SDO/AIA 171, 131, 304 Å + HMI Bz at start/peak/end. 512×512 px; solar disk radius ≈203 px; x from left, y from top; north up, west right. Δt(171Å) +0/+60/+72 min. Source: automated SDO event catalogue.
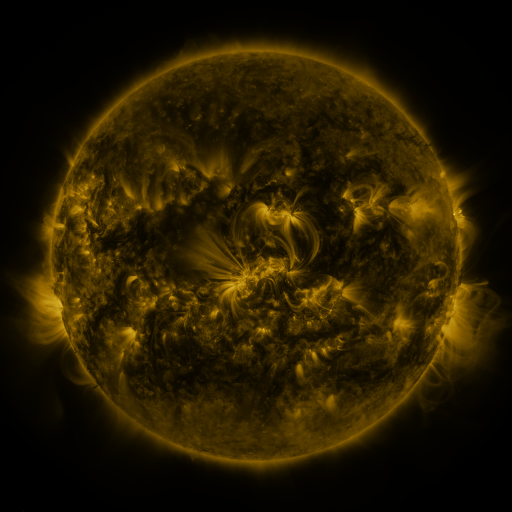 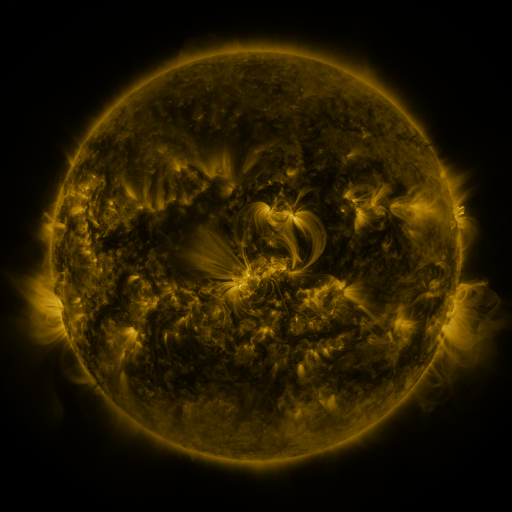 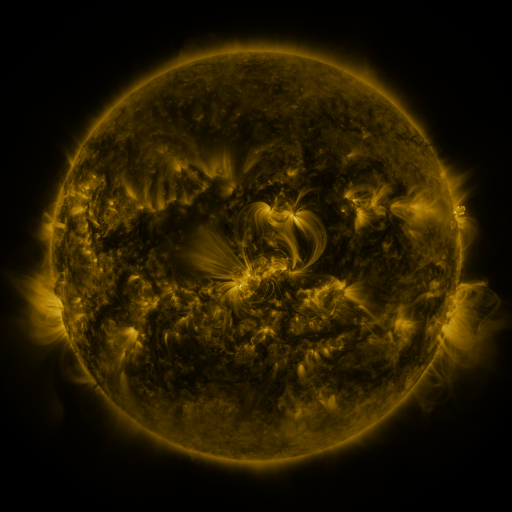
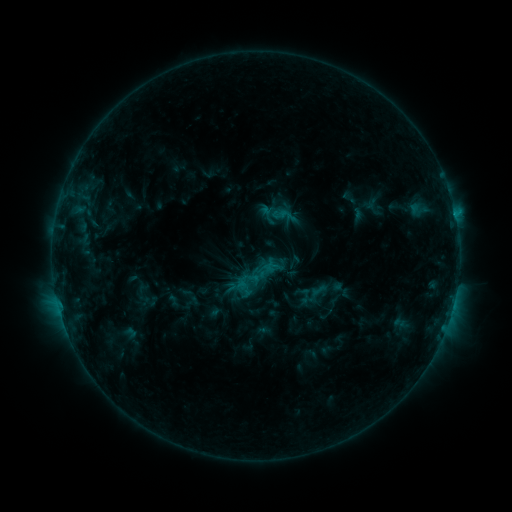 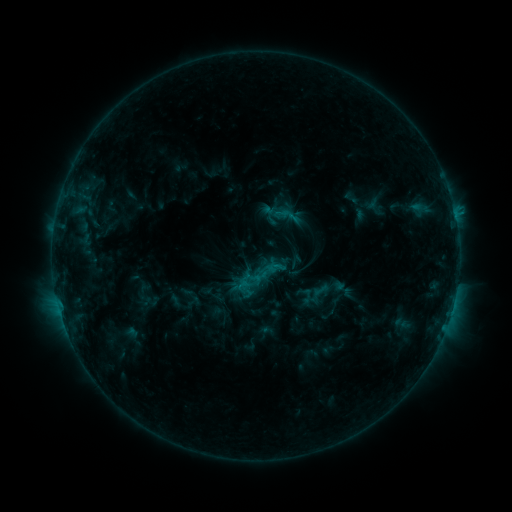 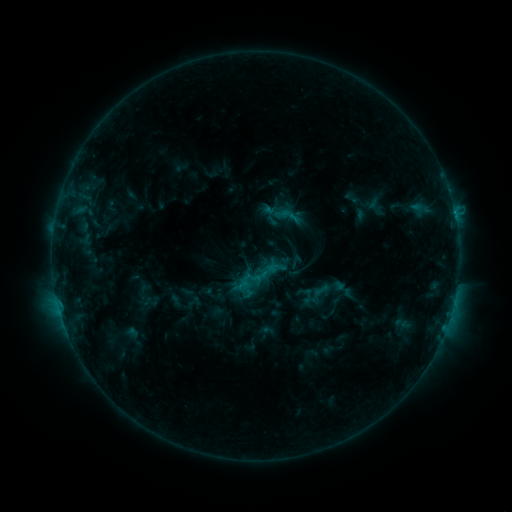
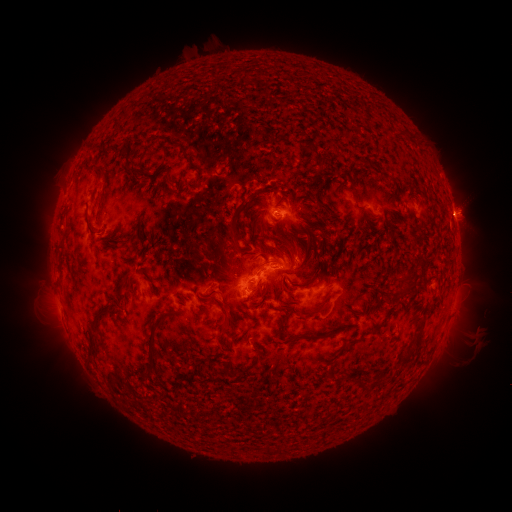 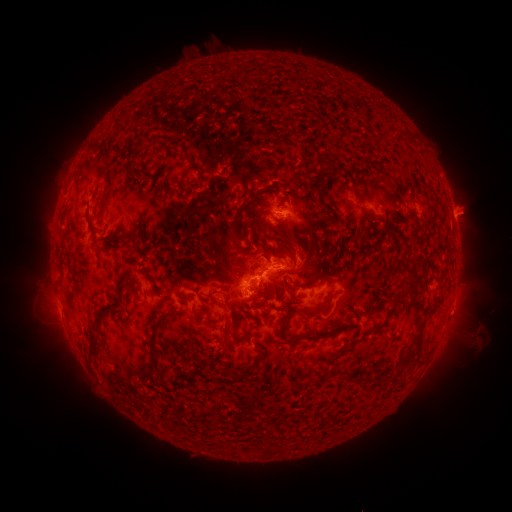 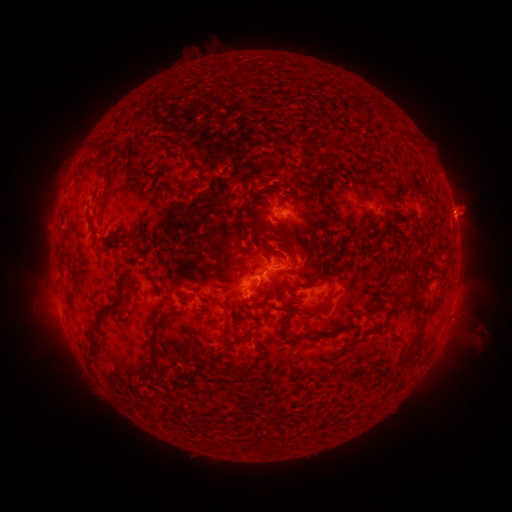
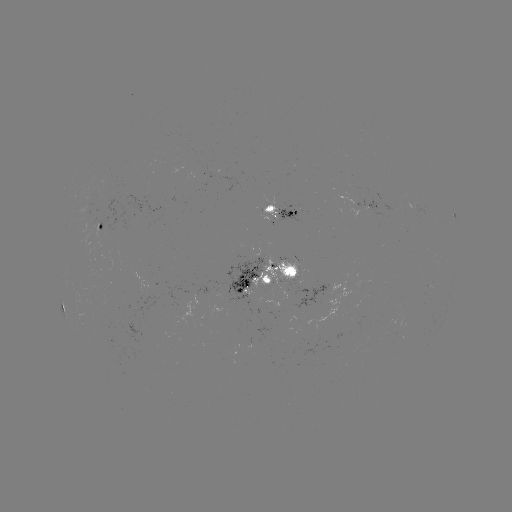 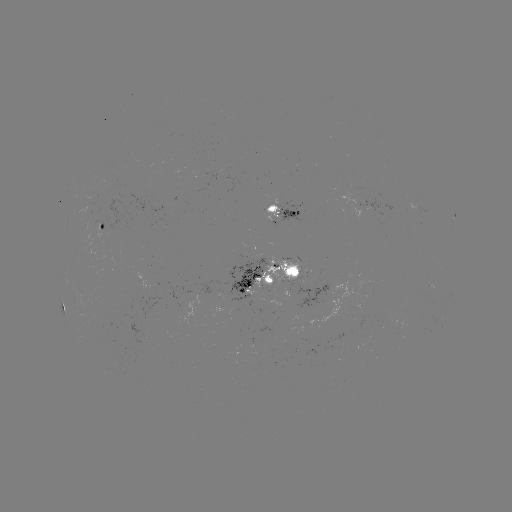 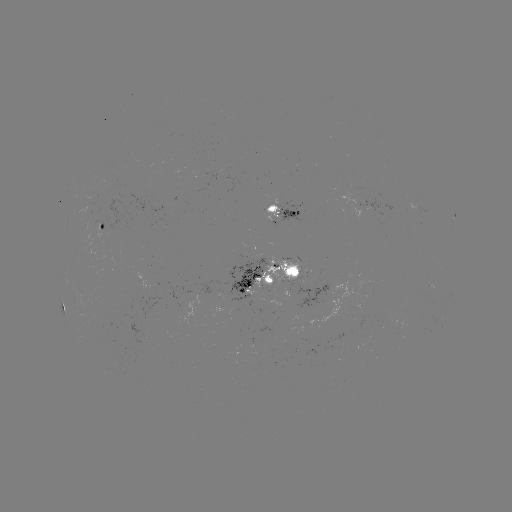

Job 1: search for emerging-flux region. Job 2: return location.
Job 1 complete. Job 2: (308, 288).